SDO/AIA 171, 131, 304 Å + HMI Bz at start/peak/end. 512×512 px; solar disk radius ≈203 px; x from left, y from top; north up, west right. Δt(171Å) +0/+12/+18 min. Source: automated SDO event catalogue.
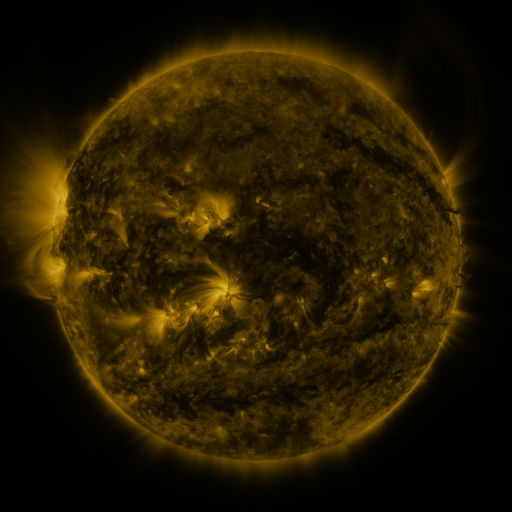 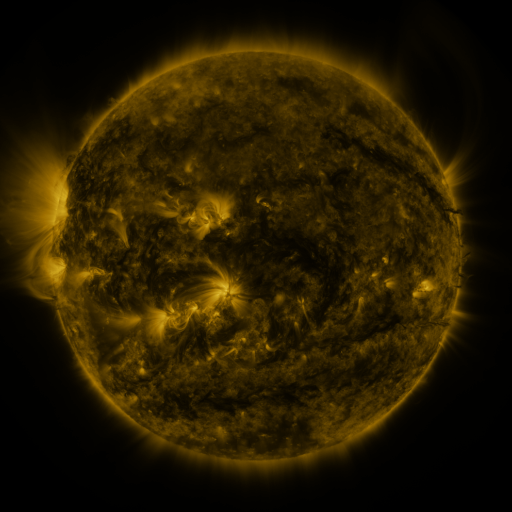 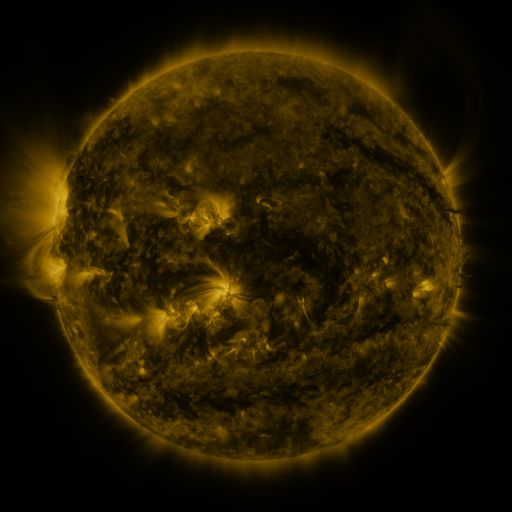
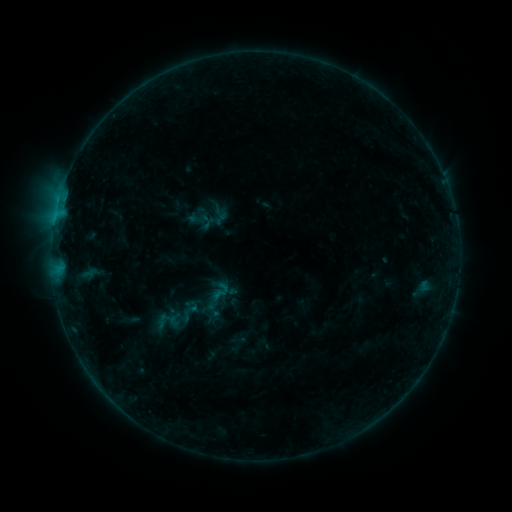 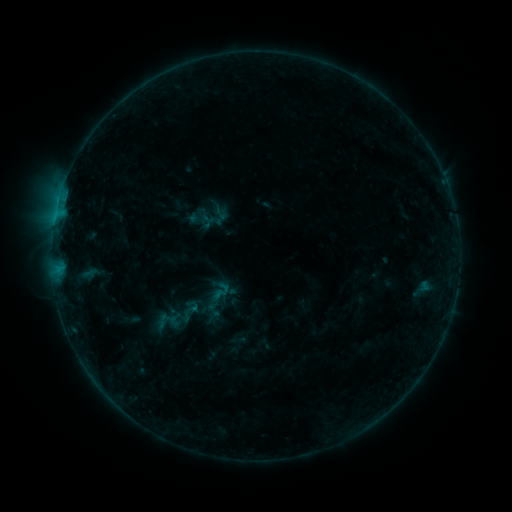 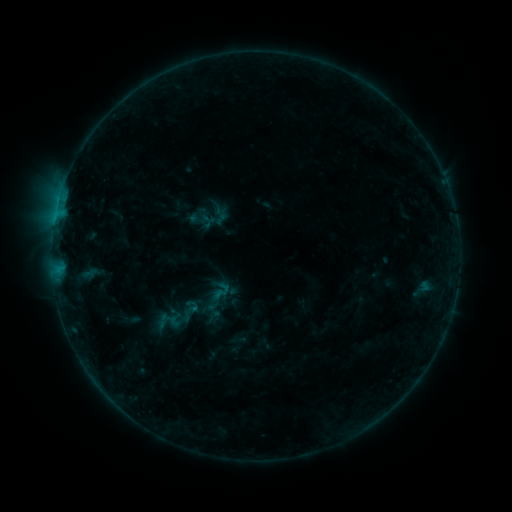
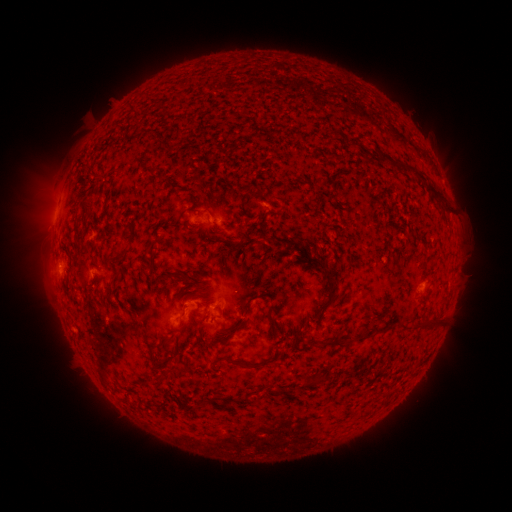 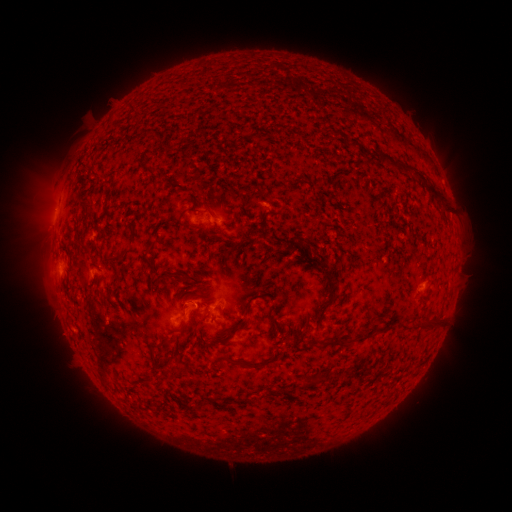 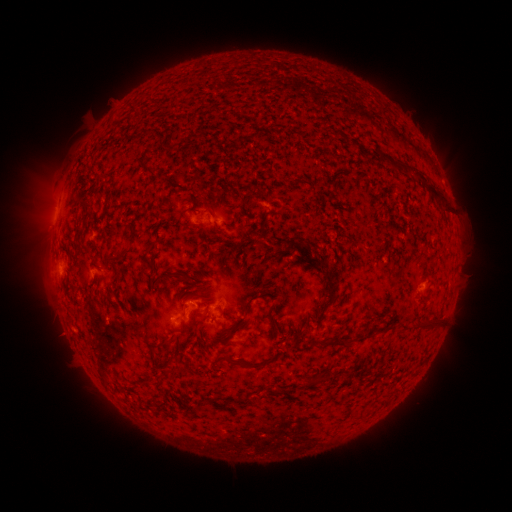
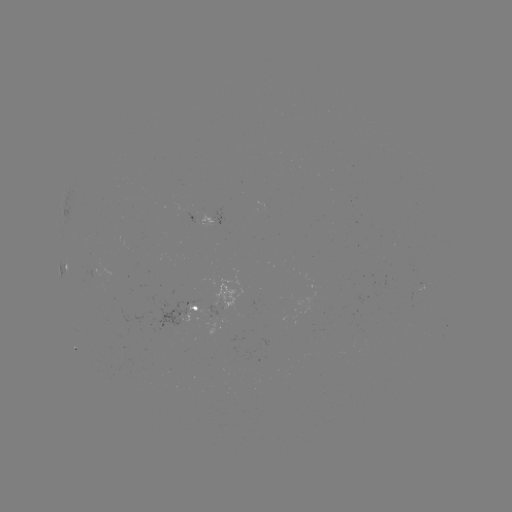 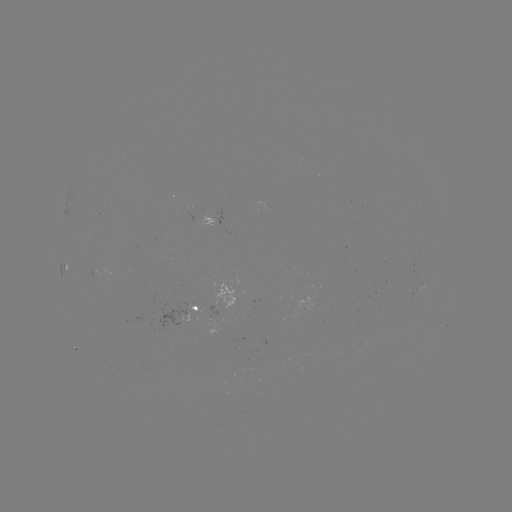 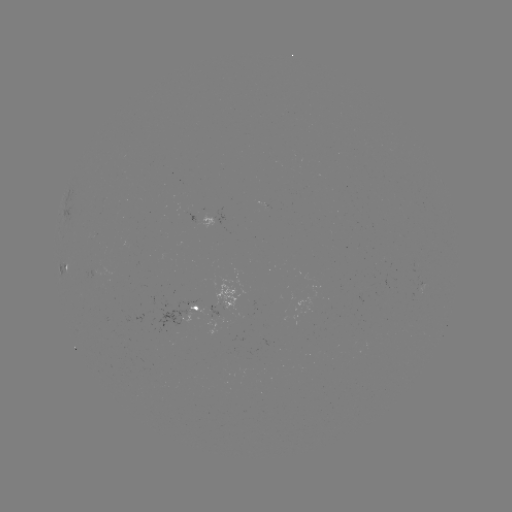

no classed flare was catalogued and no EUV brightening was flagged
